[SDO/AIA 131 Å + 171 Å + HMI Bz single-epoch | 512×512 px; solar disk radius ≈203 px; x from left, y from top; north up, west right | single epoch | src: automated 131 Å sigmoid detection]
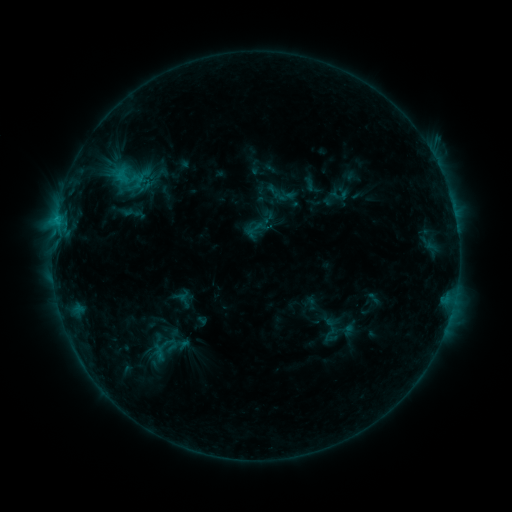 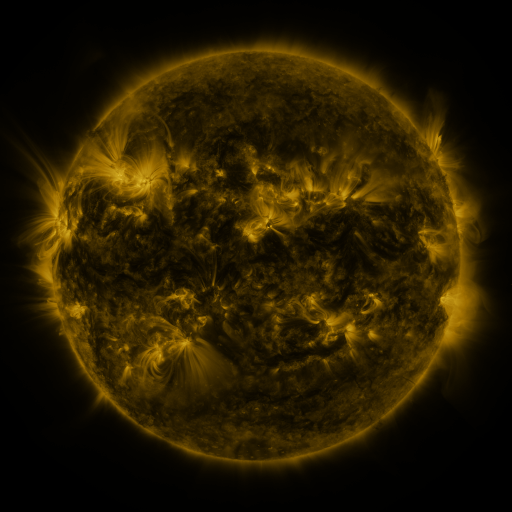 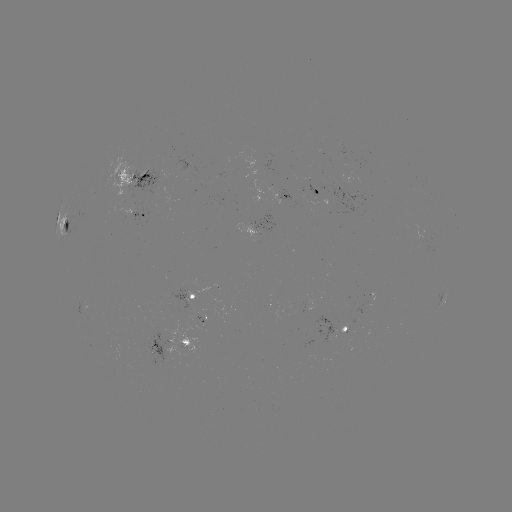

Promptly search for sigmoid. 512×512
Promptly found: [269, 177].